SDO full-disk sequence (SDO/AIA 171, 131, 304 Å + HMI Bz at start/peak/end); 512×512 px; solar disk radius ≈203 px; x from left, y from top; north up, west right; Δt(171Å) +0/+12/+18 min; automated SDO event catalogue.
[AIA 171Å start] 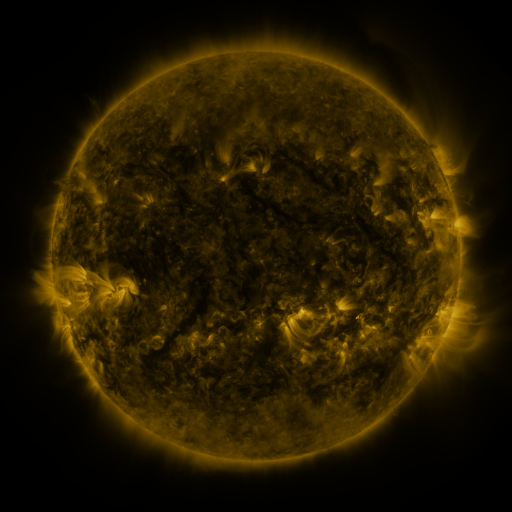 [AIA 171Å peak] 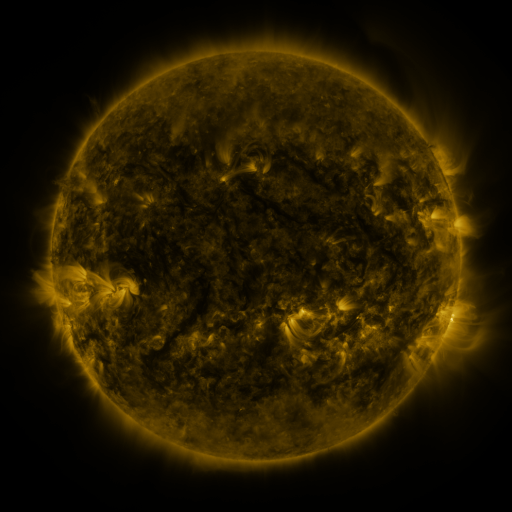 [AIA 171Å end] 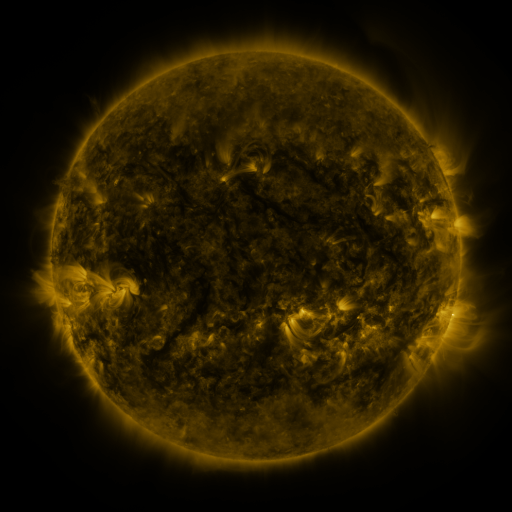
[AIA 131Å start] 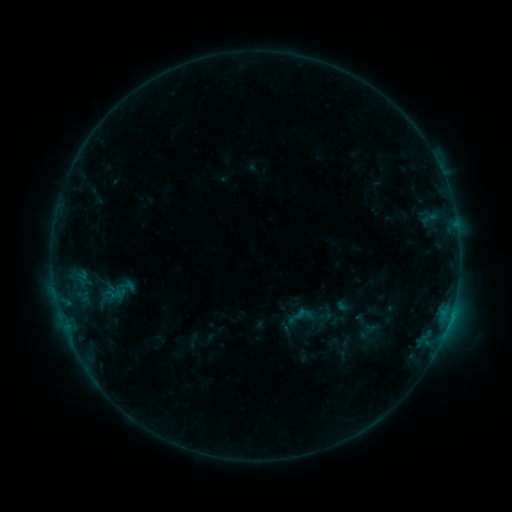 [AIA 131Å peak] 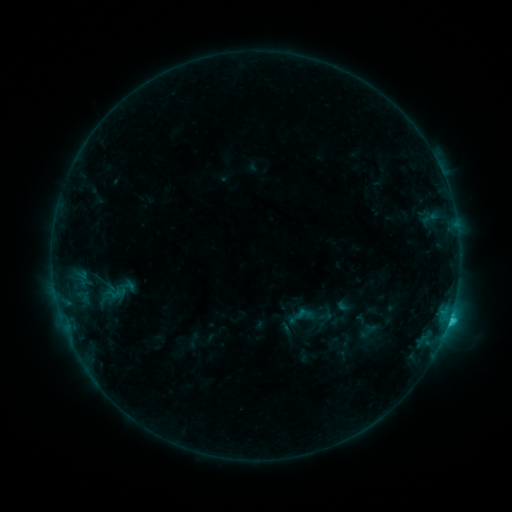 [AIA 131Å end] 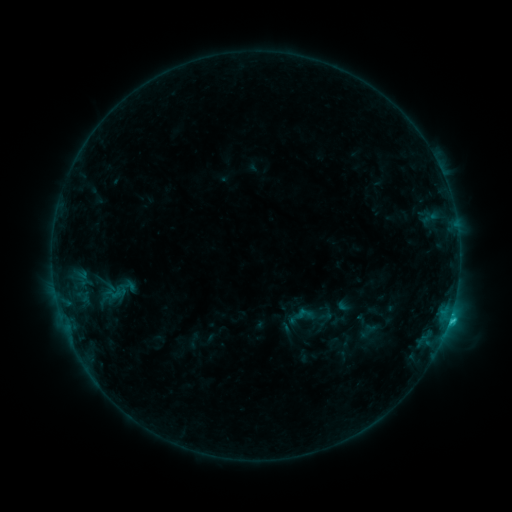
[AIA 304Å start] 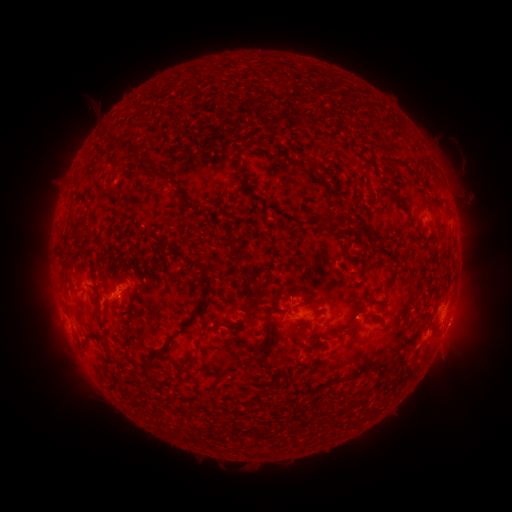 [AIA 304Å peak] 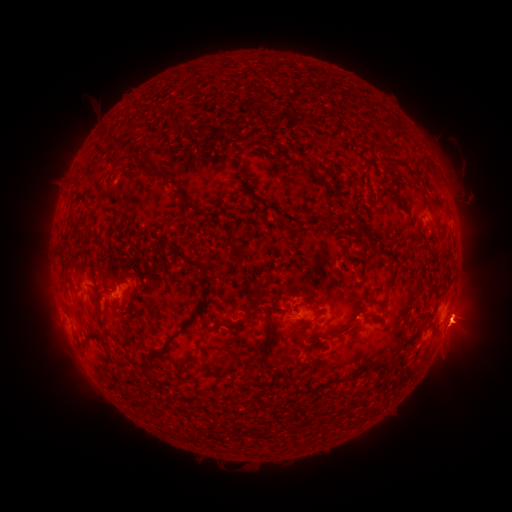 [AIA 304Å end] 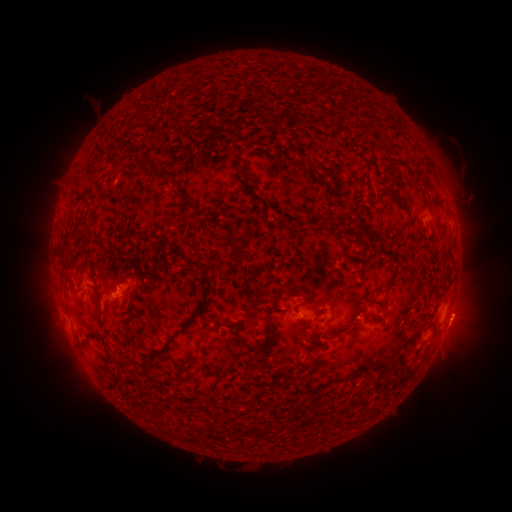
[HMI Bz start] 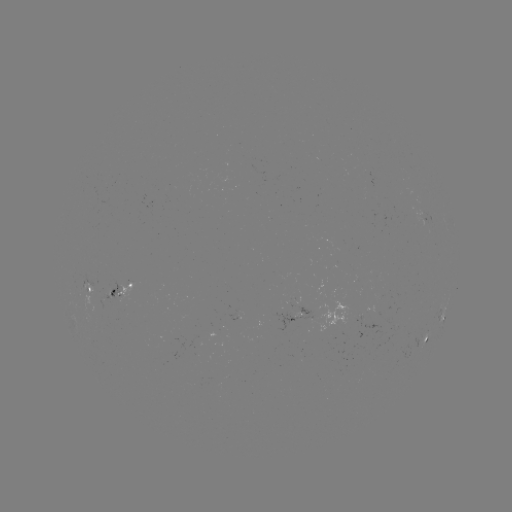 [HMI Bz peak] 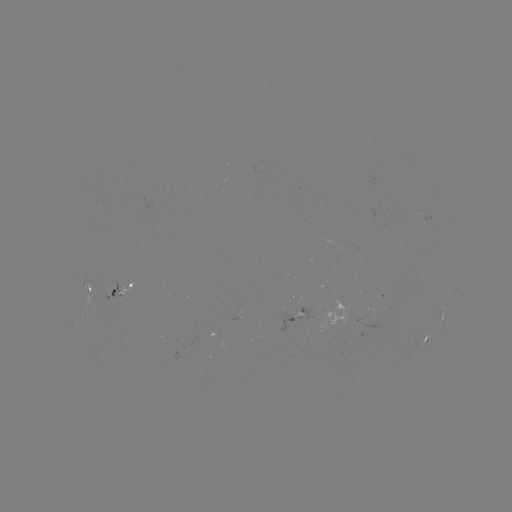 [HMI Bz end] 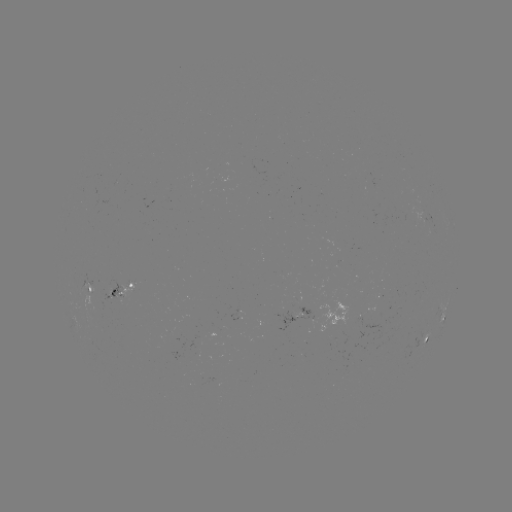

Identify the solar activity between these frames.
C1.4 flare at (449, 318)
